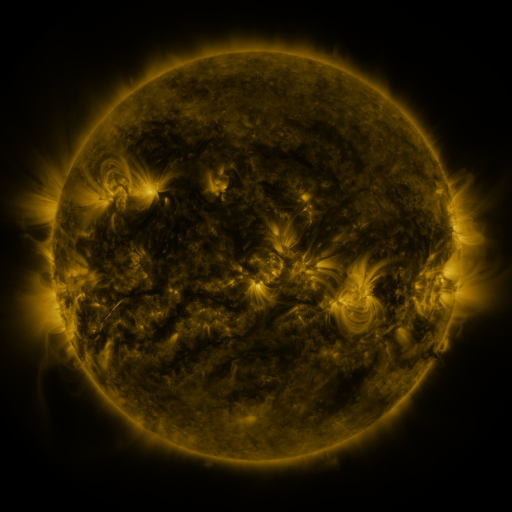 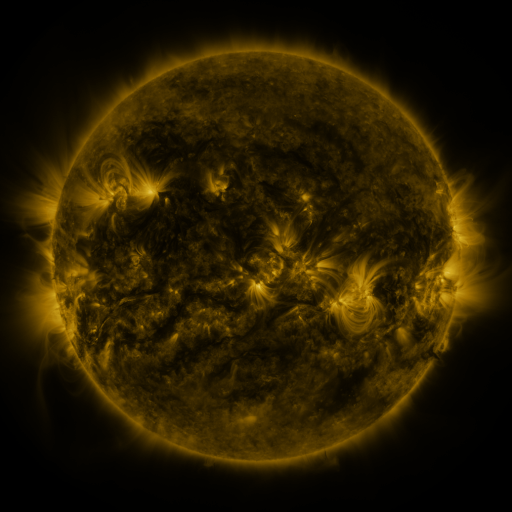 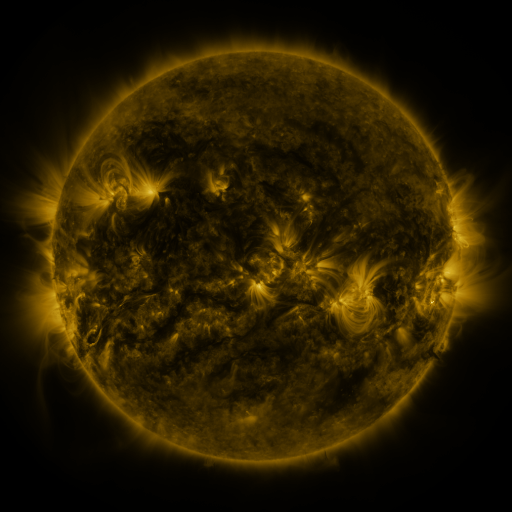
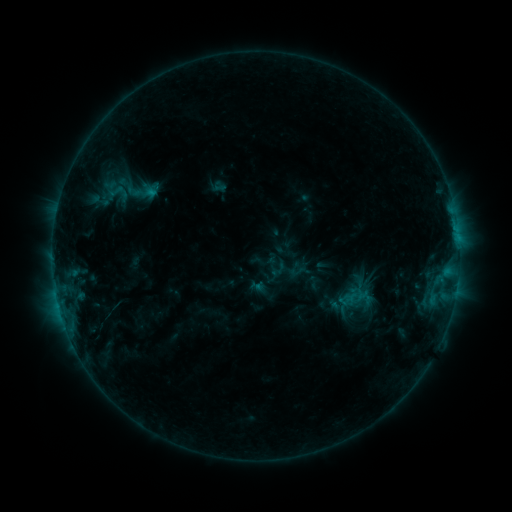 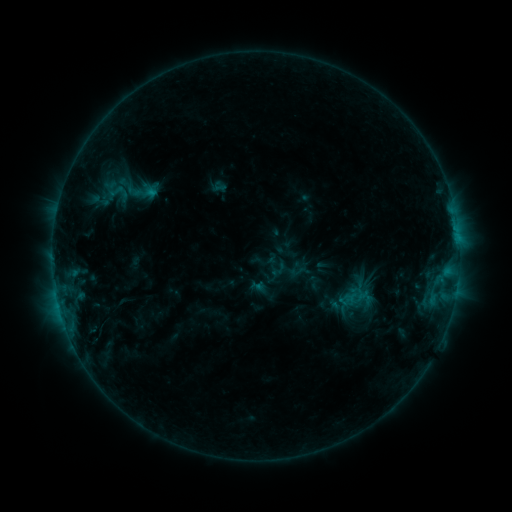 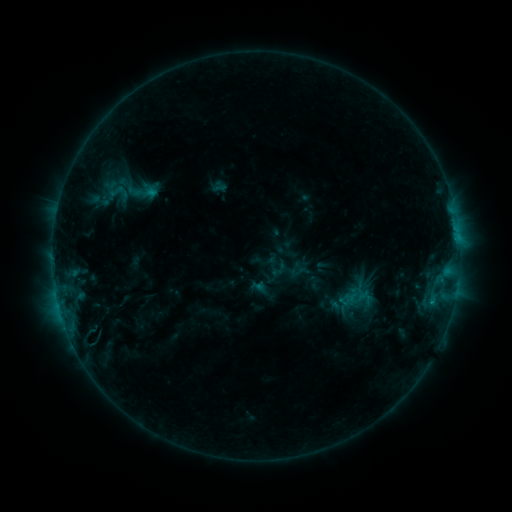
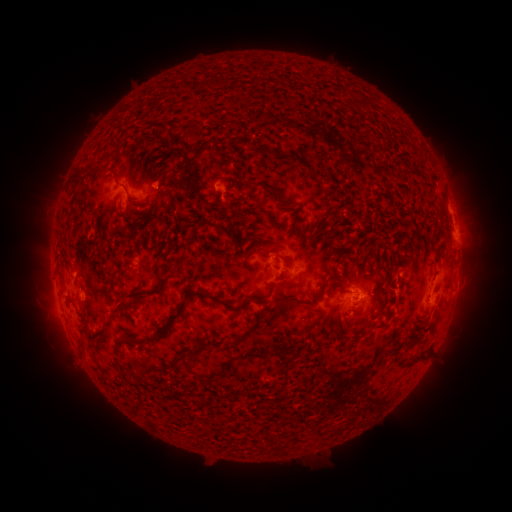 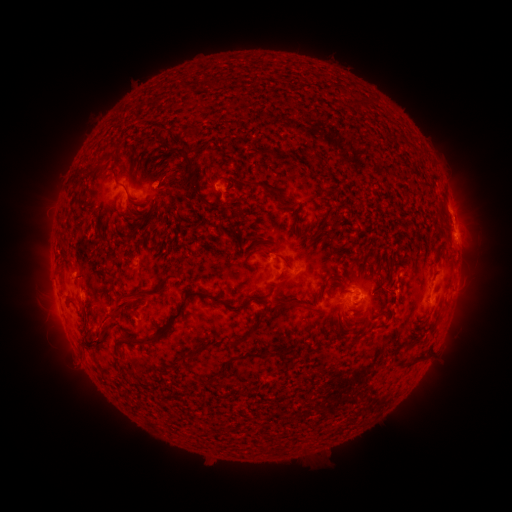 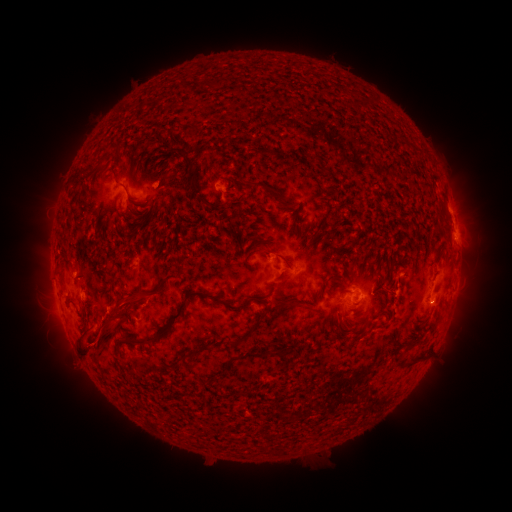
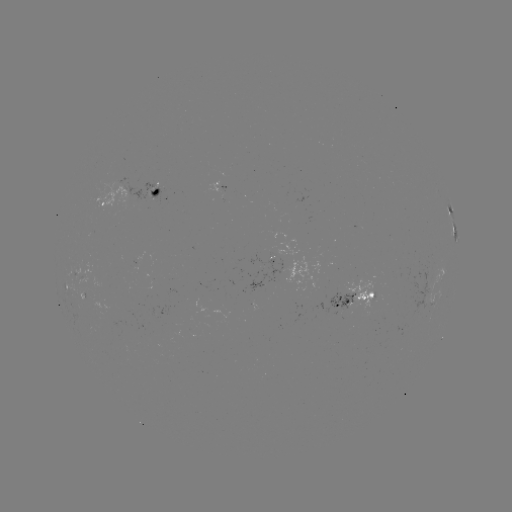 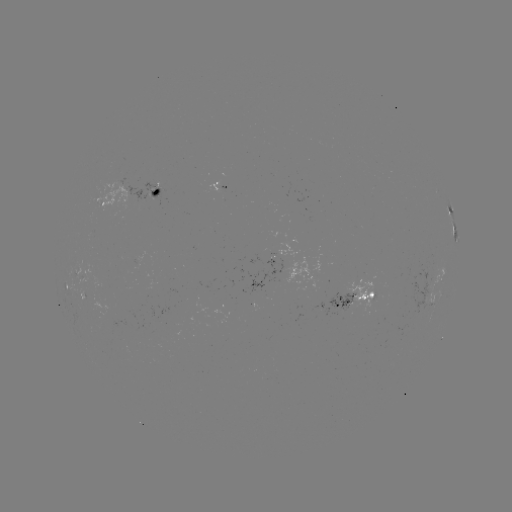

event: eruption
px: (106, 332)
